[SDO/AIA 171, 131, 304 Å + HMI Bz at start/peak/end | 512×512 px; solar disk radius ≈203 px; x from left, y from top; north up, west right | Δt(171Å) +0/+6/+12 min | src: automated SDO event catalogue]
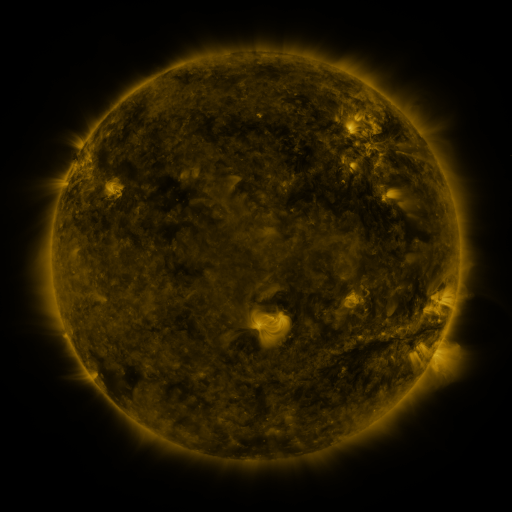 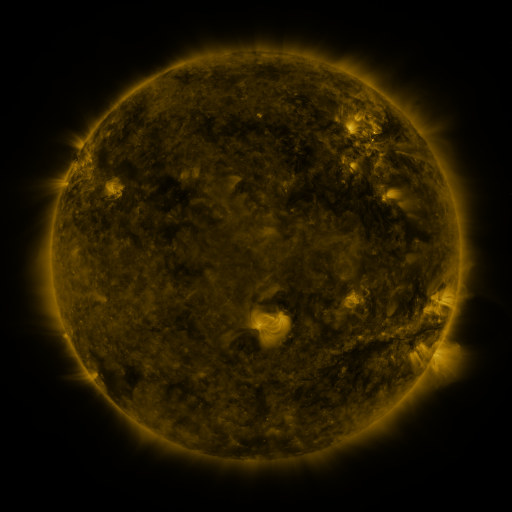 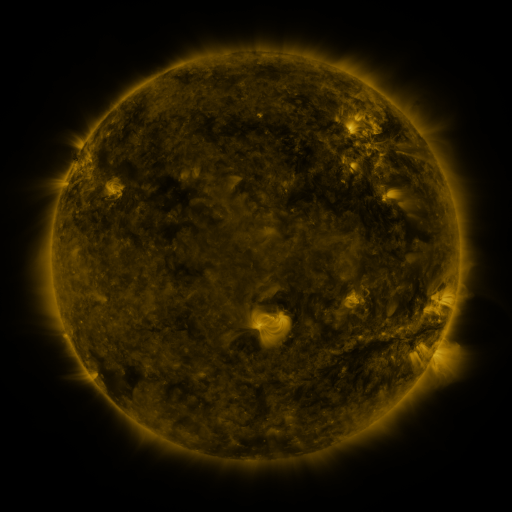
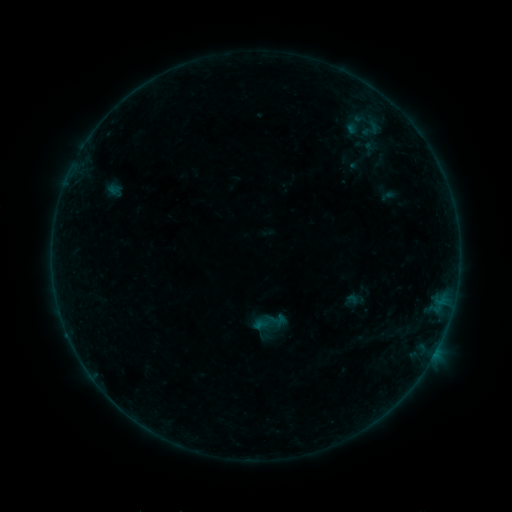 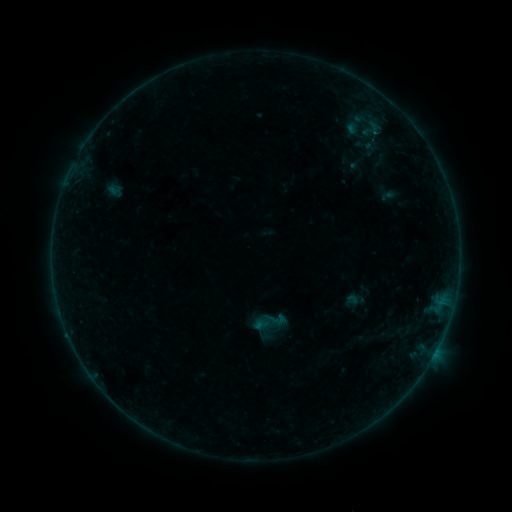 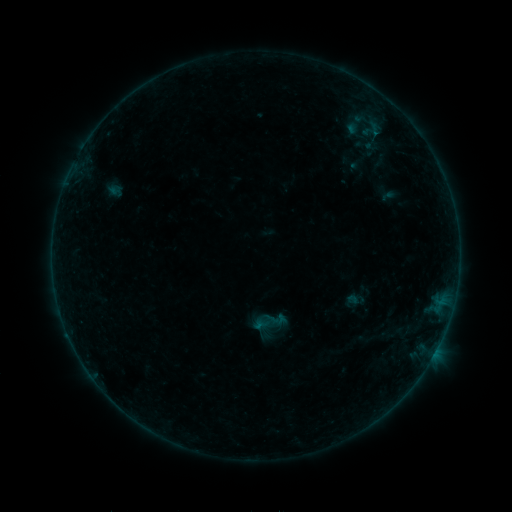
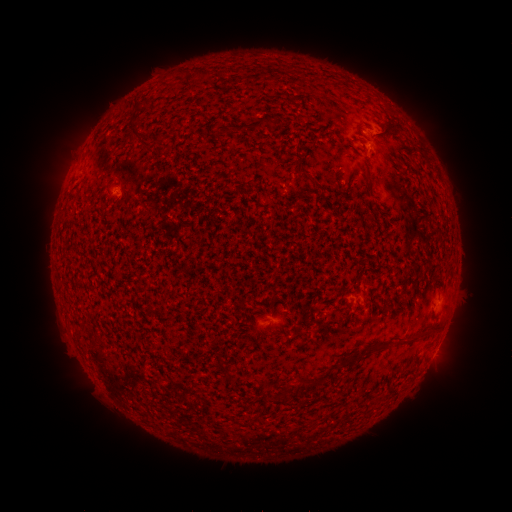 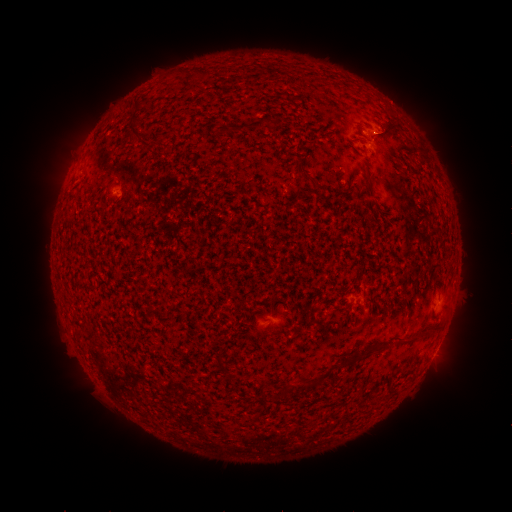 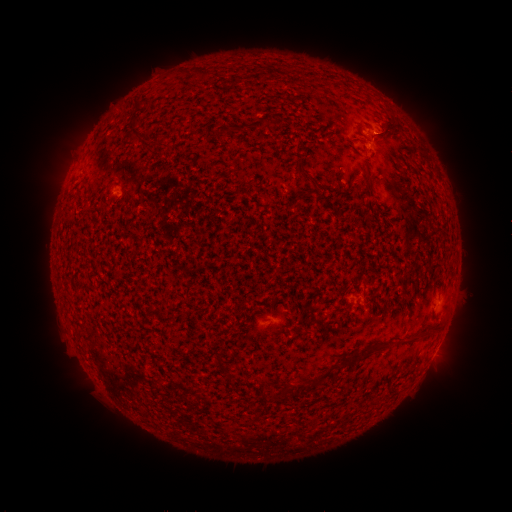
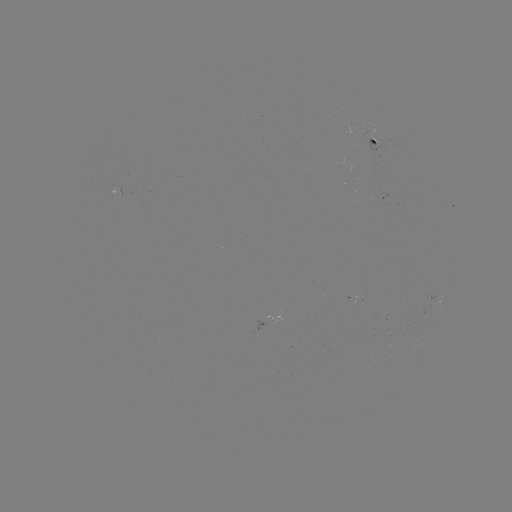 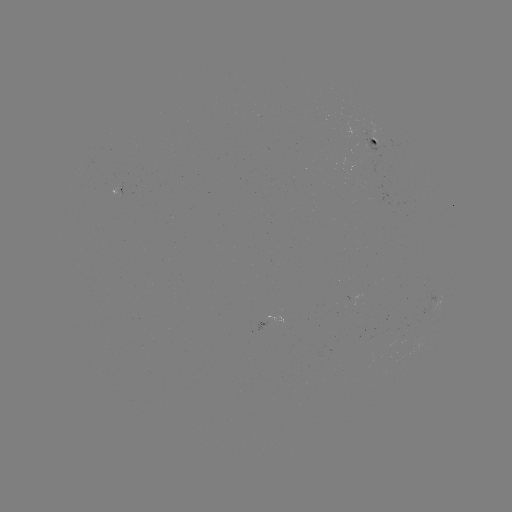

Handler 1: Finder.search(B1.3 flare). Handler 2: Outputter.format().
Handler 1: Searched B1.3 flare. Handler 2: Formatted (376, 137).